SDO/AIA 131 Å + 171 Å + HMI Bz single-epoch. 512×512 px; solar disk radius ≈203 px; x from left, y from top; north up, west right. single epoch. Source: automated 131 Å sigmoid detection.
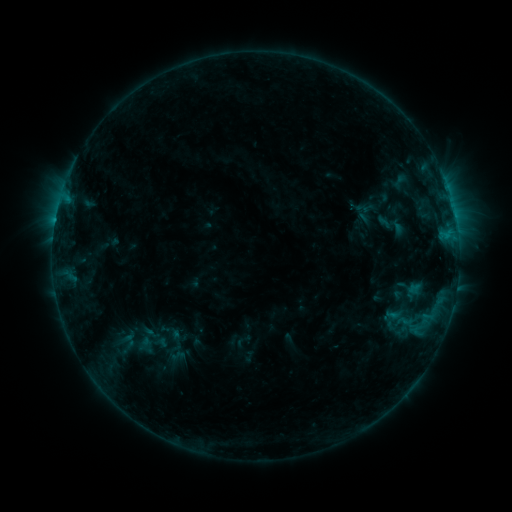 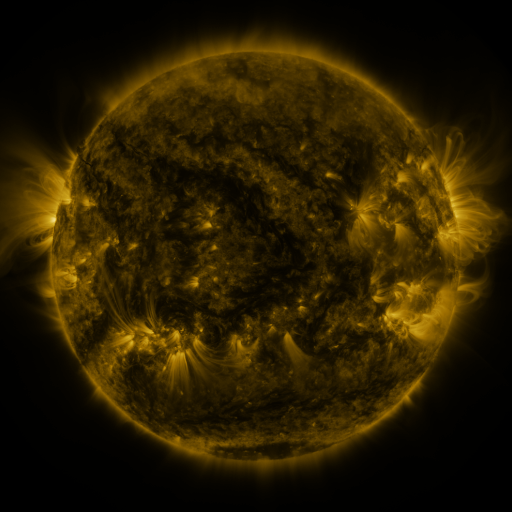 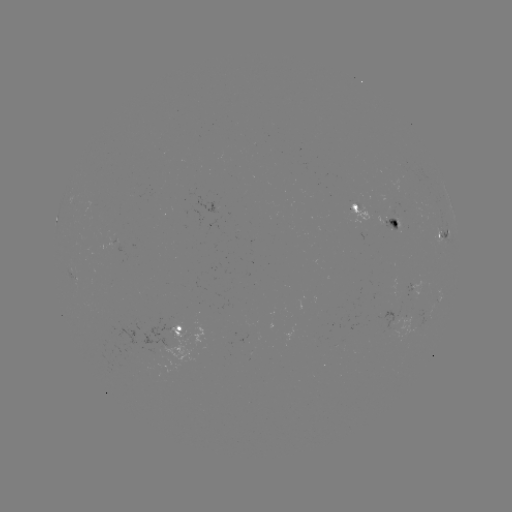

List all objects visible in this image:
sigmoid: (401, 181)
